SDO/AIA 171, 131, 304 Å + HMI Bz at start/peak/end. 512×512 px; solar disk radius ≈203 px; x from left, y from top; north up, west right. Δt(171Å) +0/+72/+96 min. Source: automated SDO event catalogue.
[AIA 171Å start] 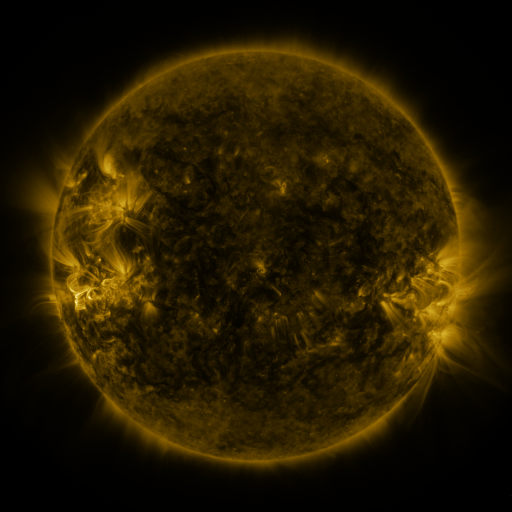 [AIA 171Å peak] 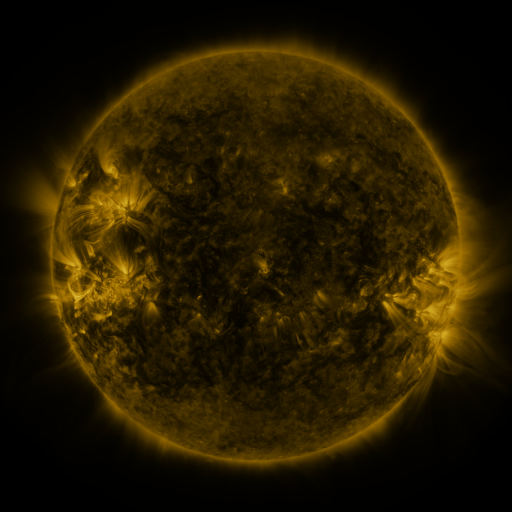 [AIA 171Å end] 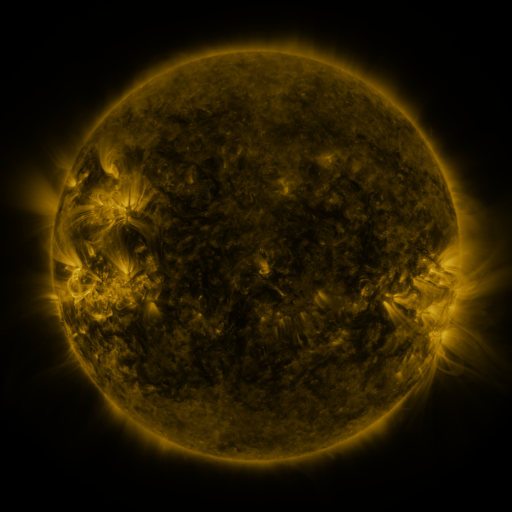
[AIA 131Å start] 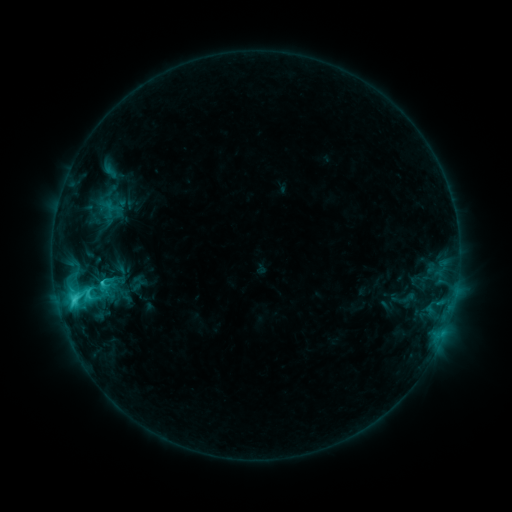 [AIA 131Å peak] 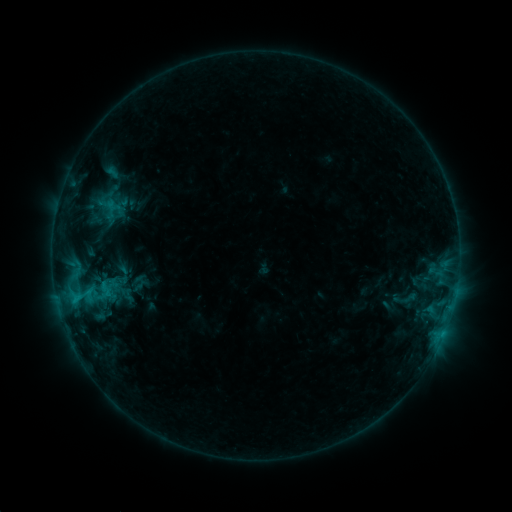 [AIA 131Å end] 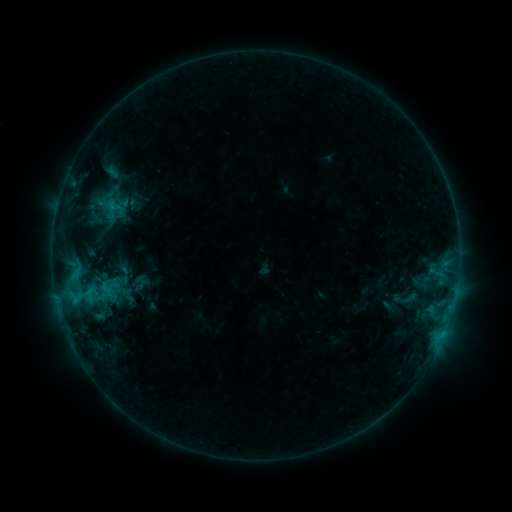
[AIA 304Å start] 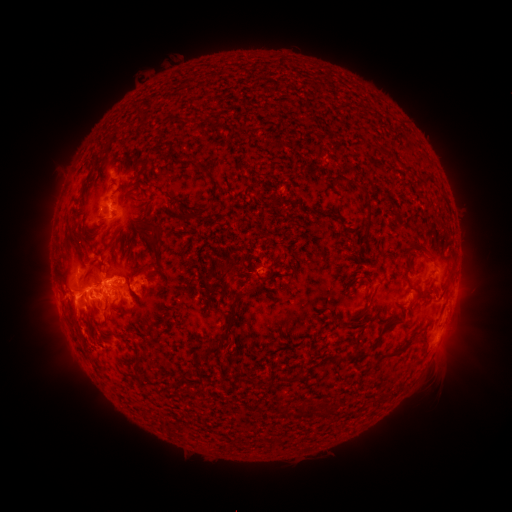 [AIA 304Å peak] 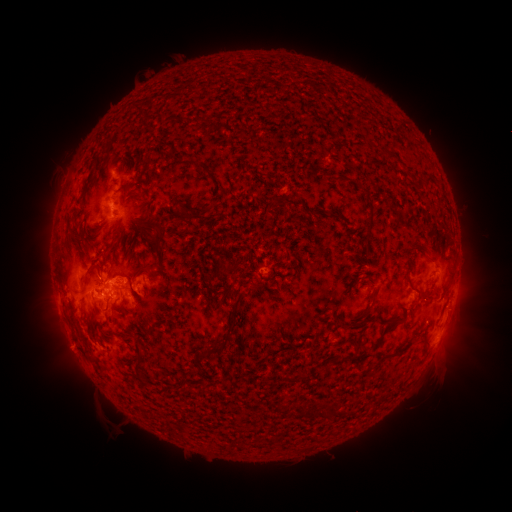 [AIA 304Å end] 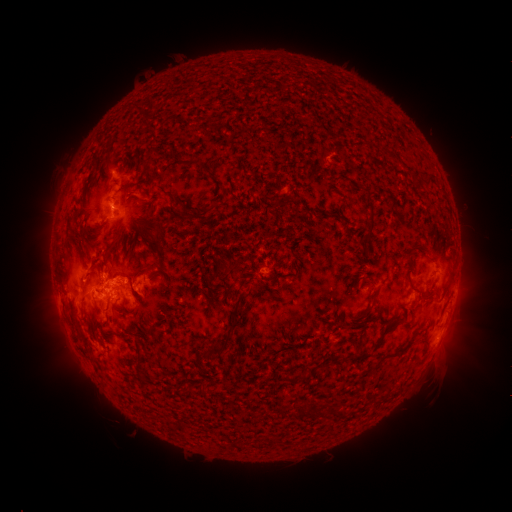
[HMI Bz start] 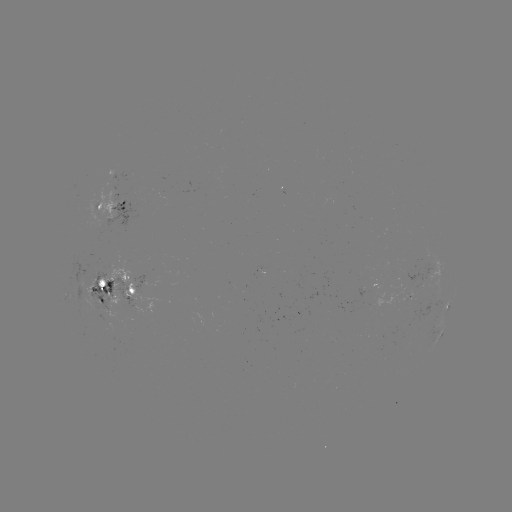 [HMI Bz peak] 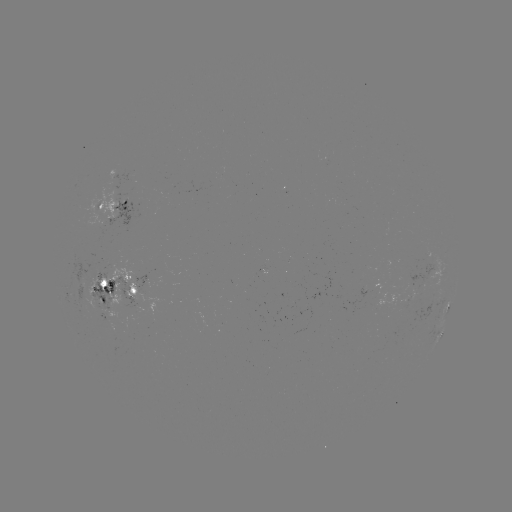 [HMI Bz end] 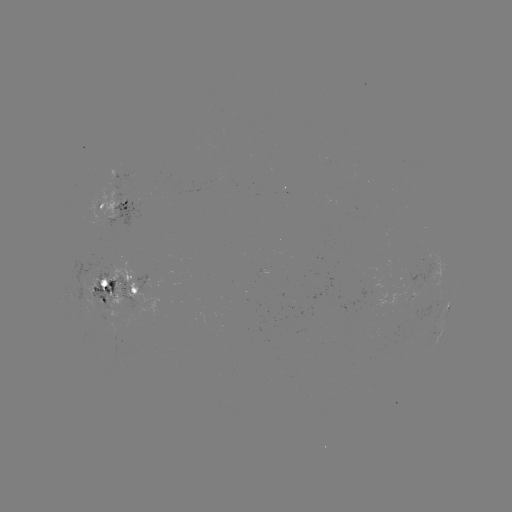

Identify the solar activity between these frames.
emerging-flux region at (109, 279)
